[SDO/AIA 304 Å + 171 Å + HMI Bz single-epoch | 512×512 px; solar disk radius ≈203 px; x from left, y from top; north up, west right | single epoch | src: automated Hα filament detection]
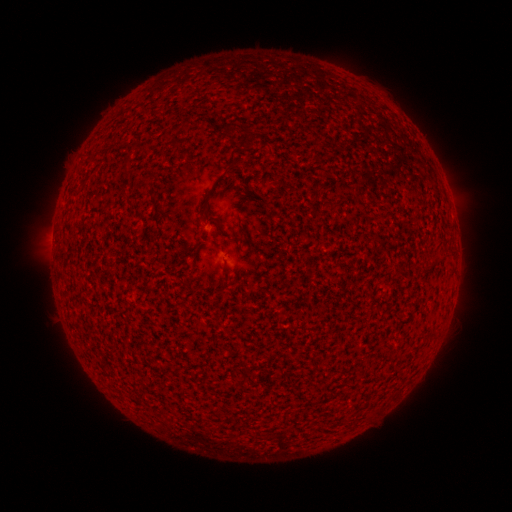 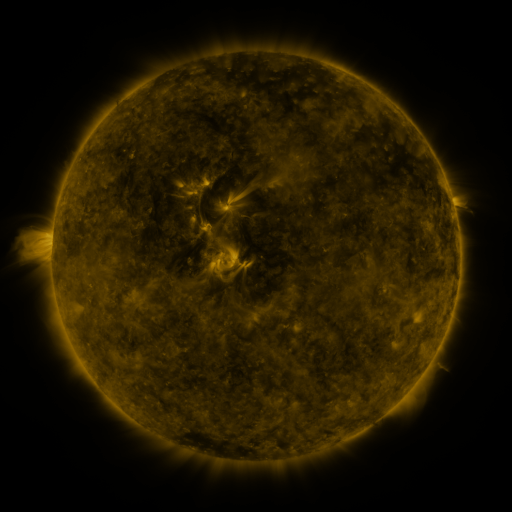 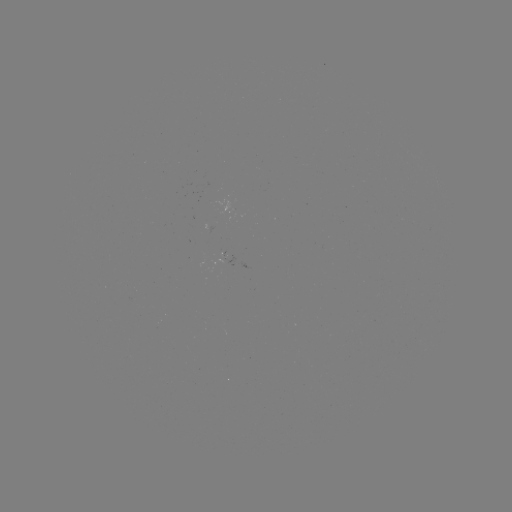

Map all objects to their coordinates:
filament: (231, 167)
filament: (127, 168)
filament: (227, 273)
